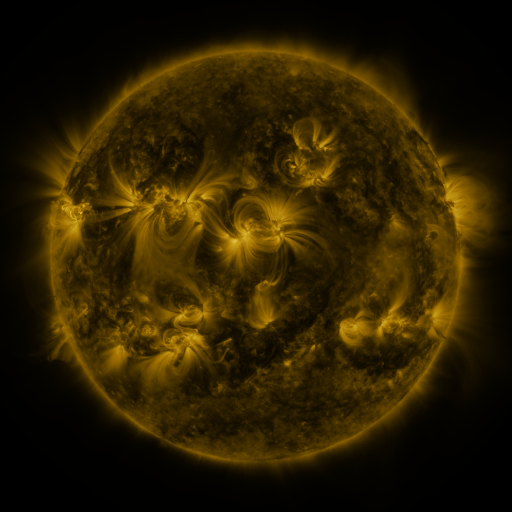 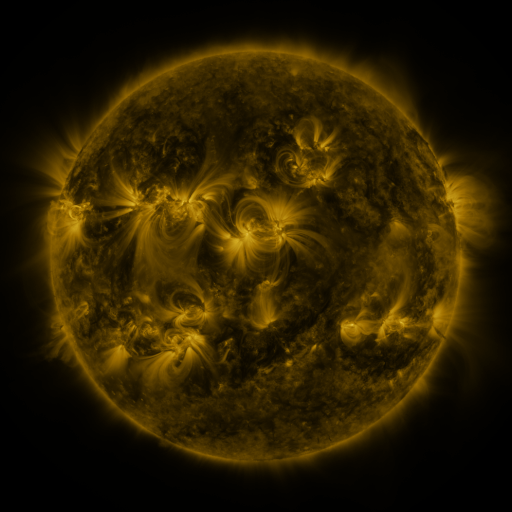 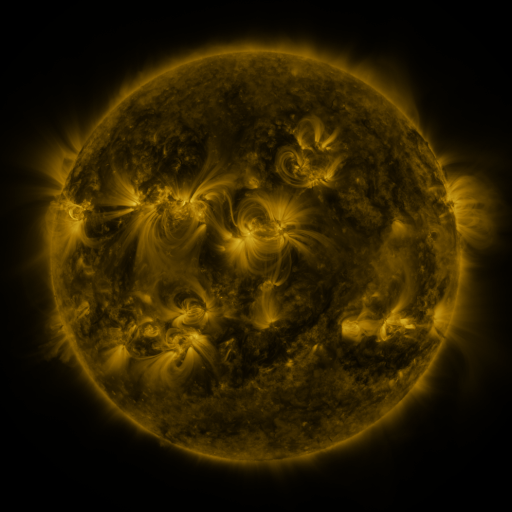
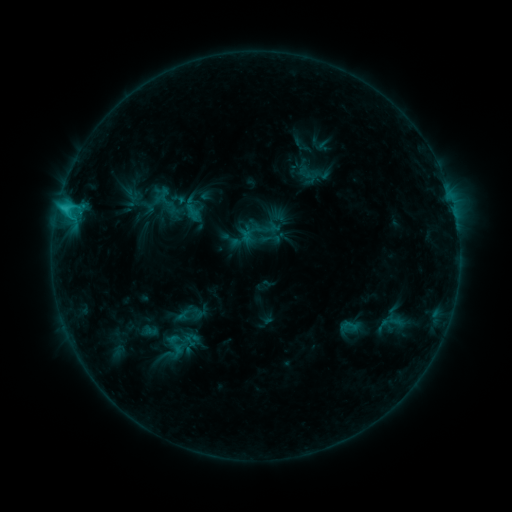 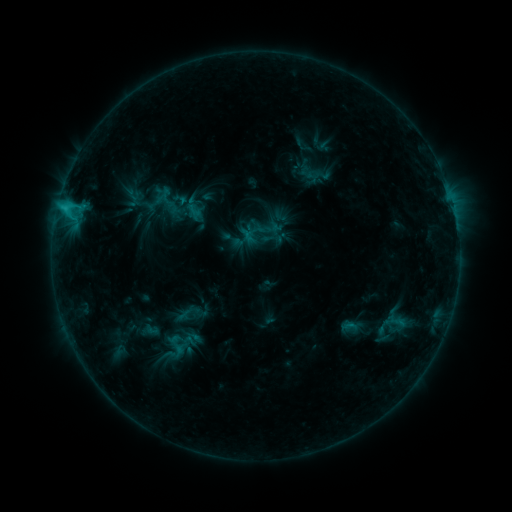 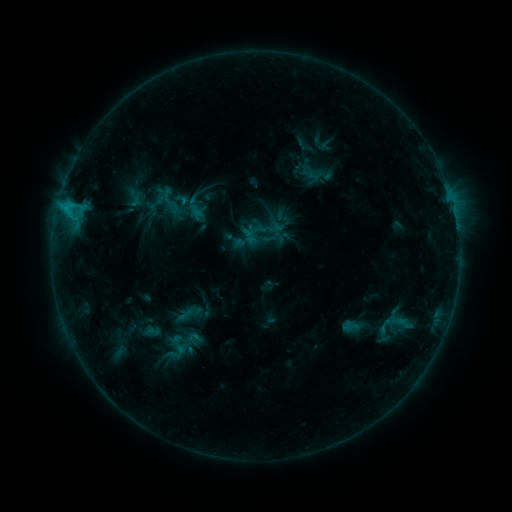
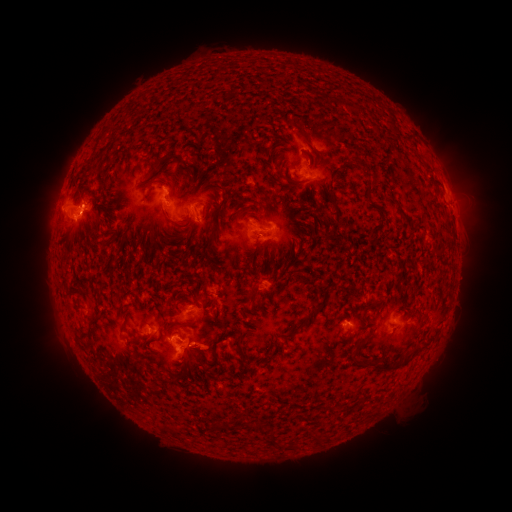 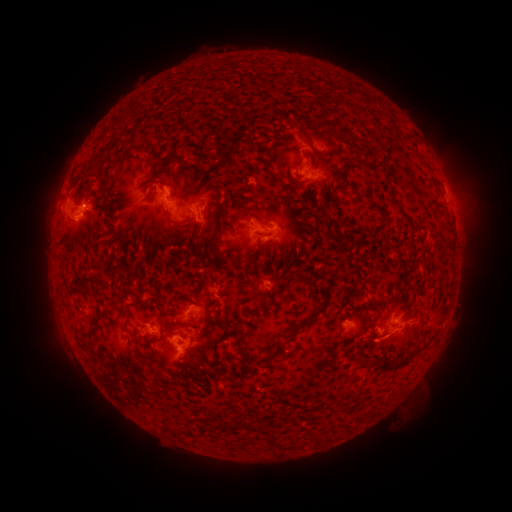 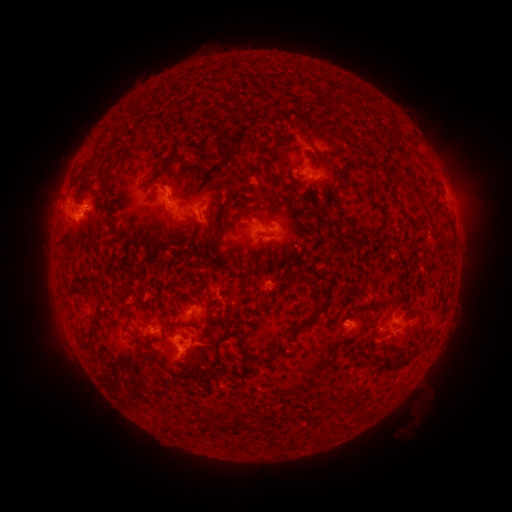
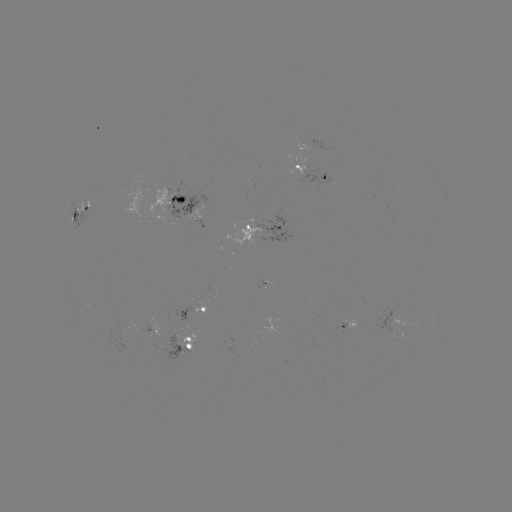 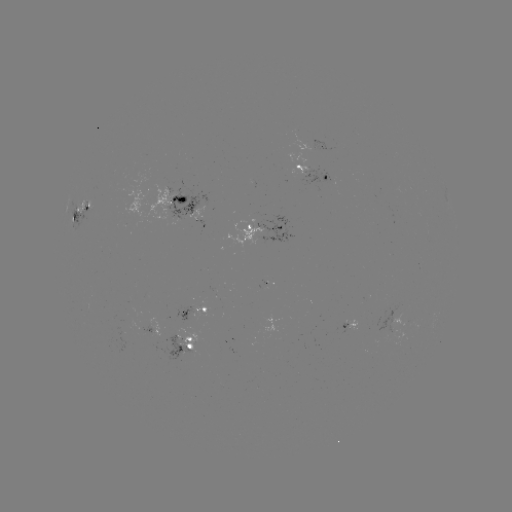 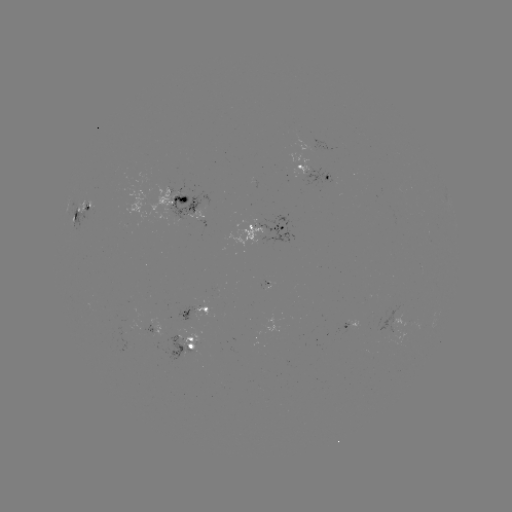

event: filament eruption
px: (395, 331)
